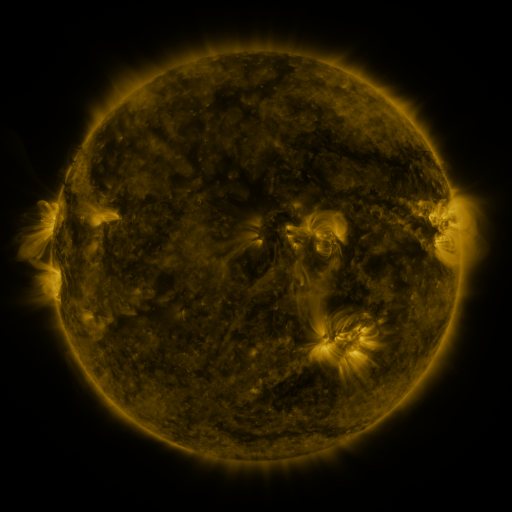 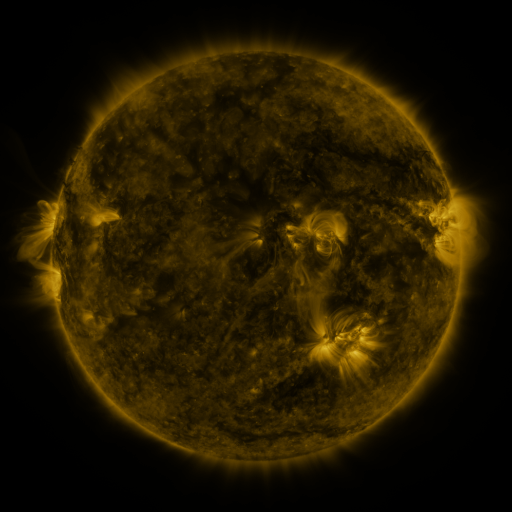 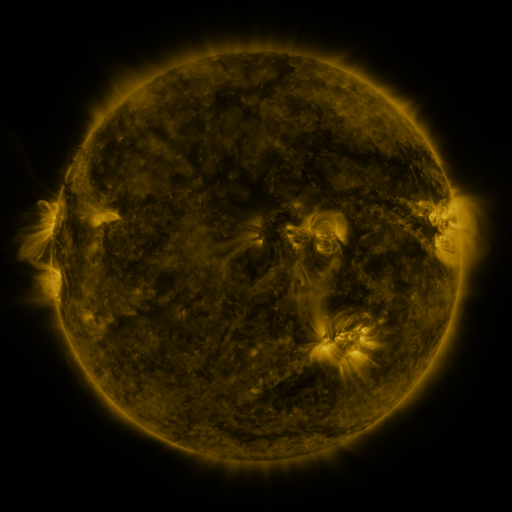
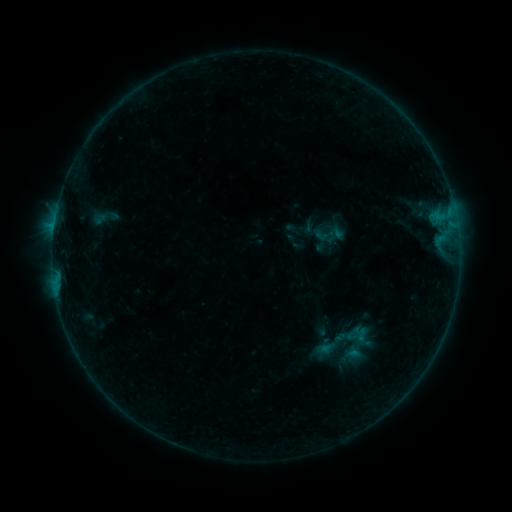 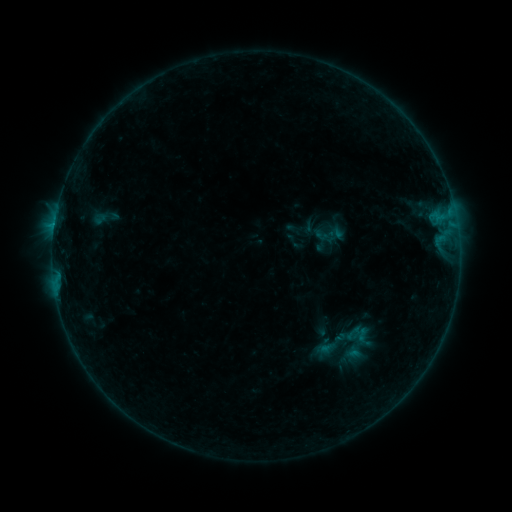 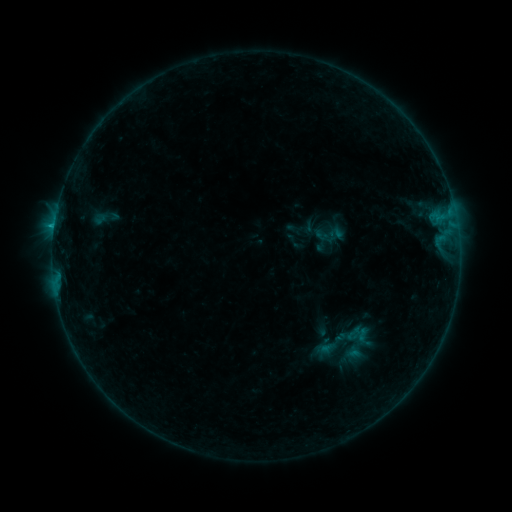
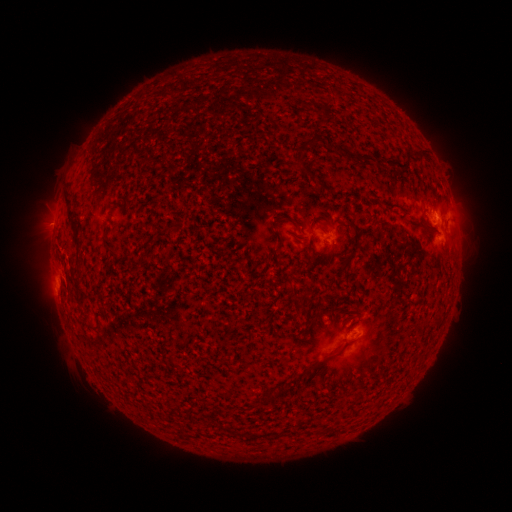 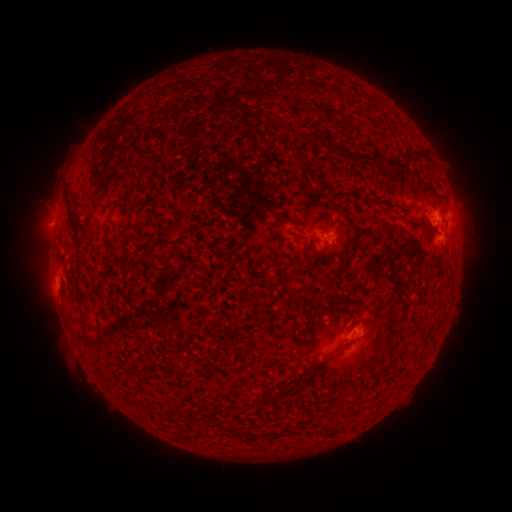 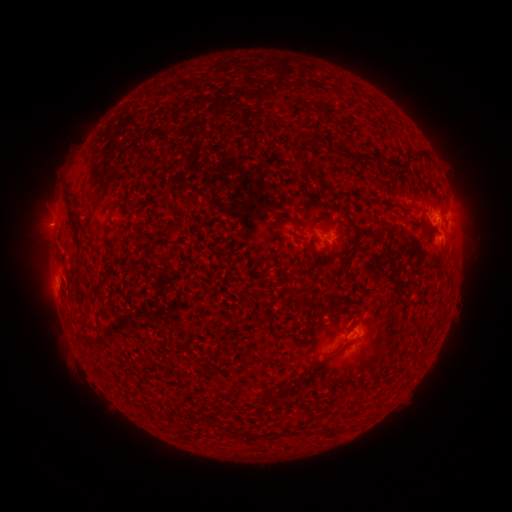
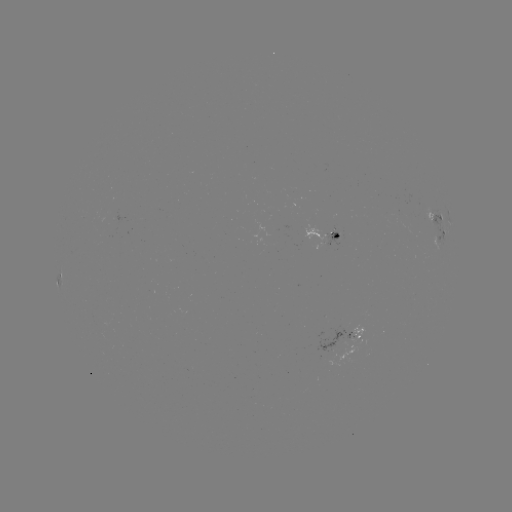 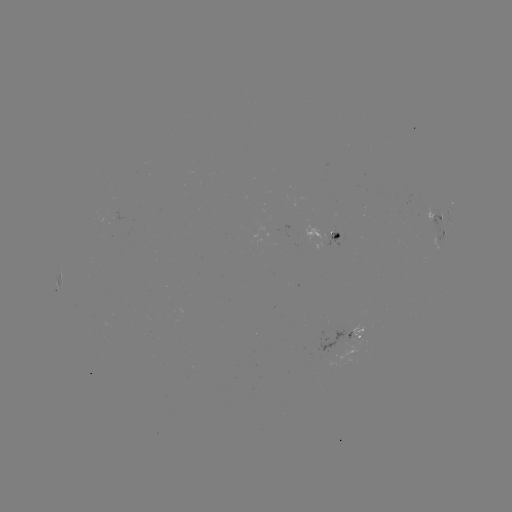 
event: flare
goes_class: B5.6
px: (54, 228)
